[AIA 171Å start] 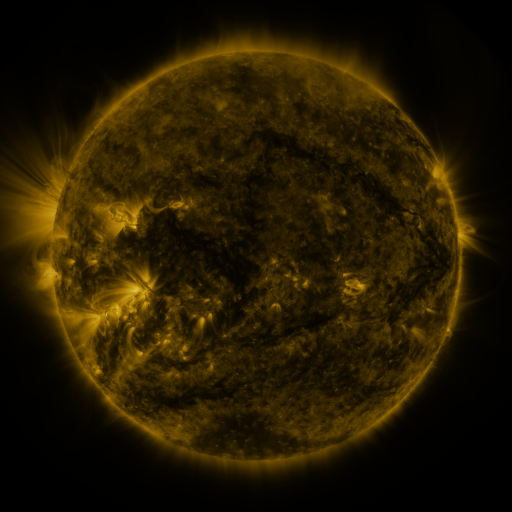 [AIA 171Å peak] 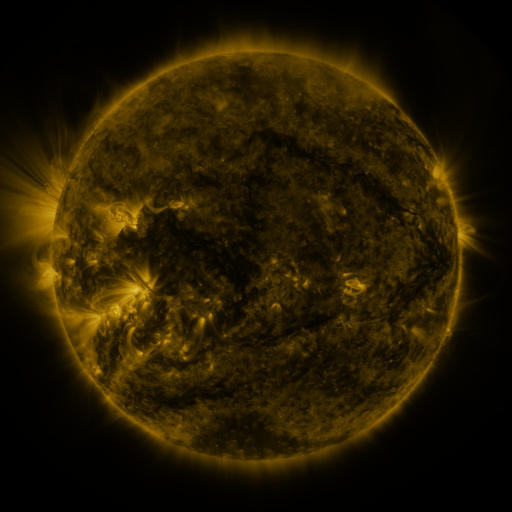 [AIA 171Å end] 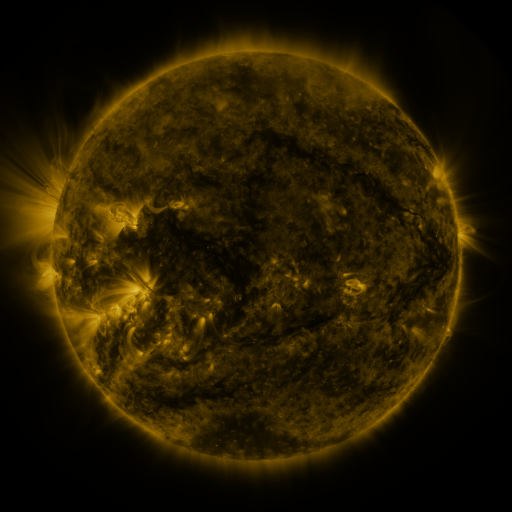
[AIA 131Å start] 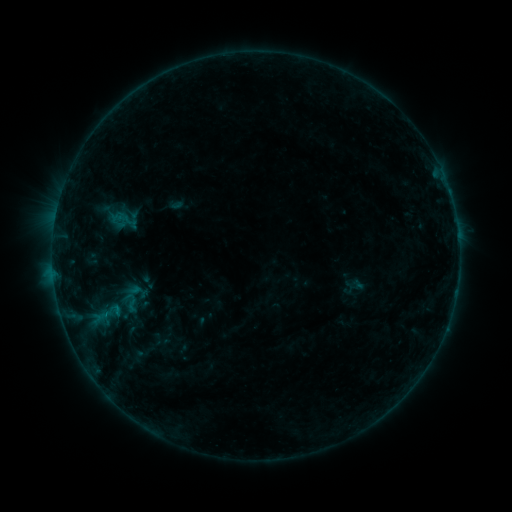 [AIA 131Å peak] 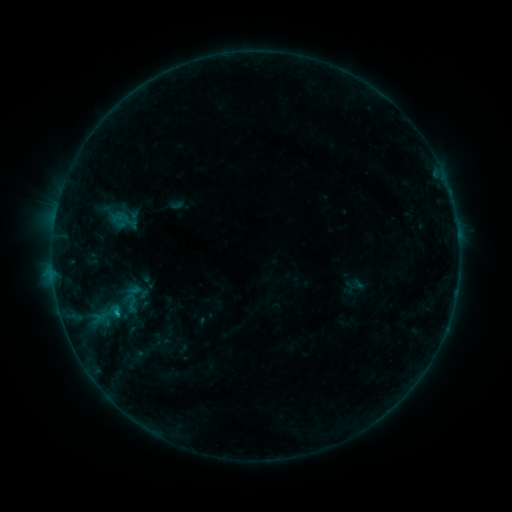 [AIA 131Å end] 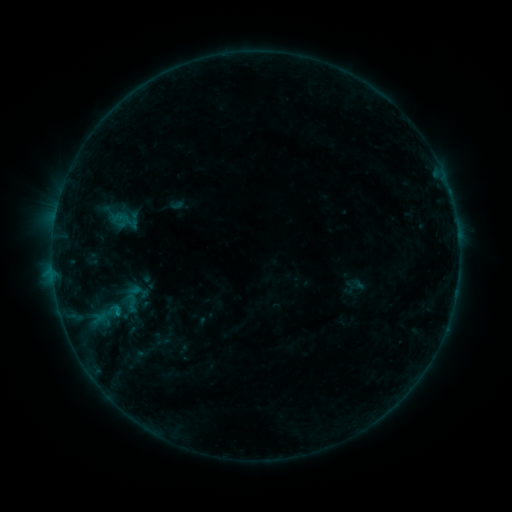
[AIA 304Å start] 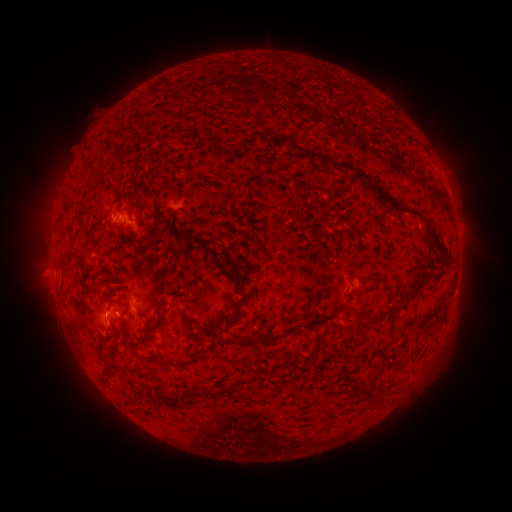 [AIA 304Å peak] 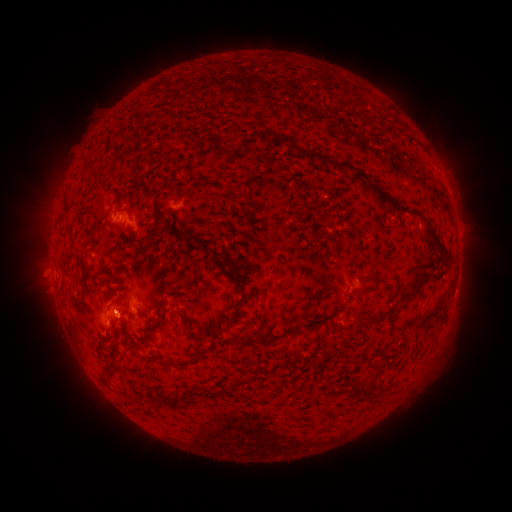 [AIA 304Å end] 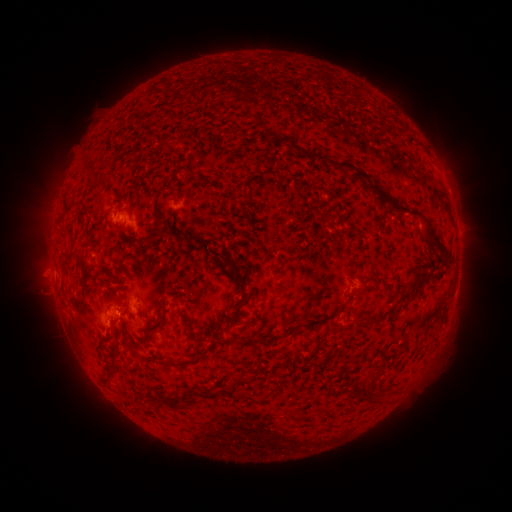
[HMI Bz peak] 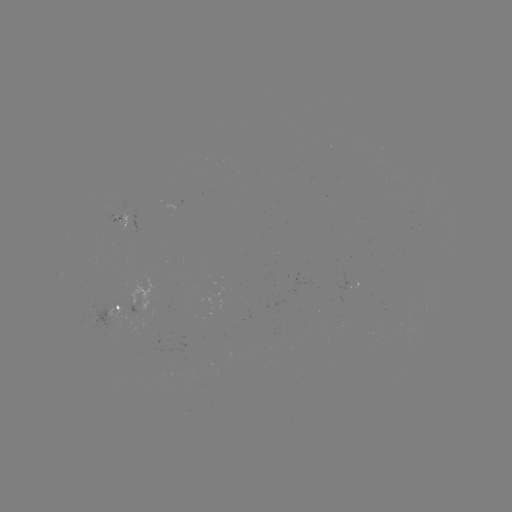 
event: flare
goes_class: B3.6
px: (118, 313)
